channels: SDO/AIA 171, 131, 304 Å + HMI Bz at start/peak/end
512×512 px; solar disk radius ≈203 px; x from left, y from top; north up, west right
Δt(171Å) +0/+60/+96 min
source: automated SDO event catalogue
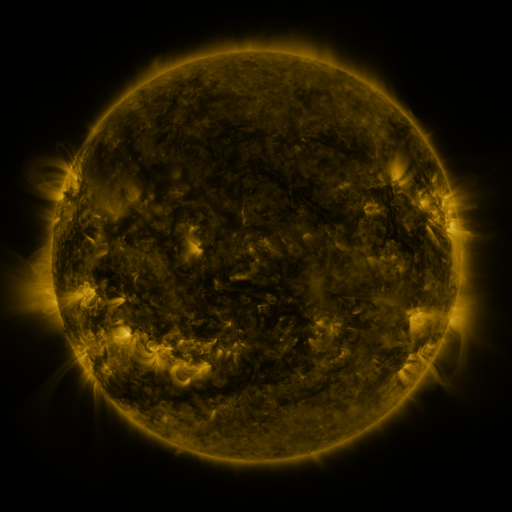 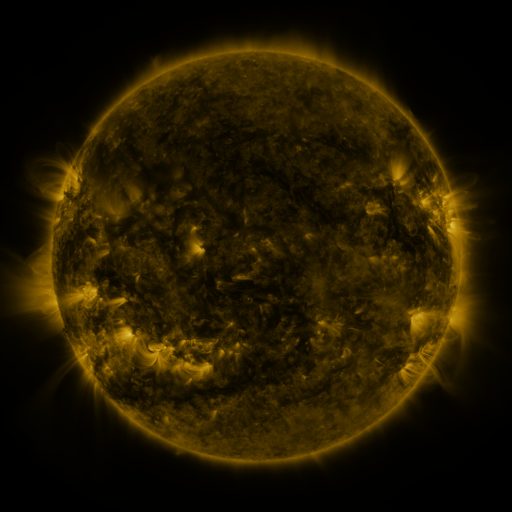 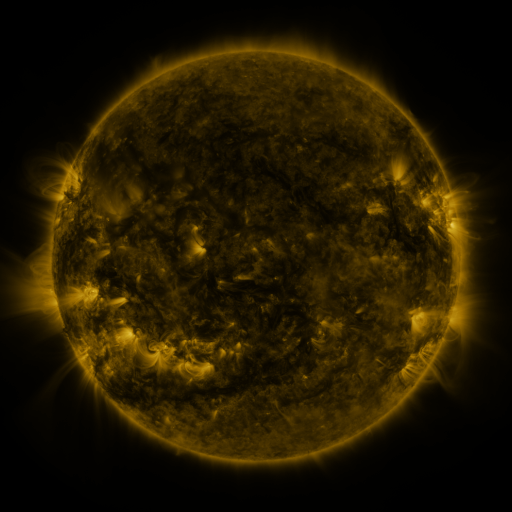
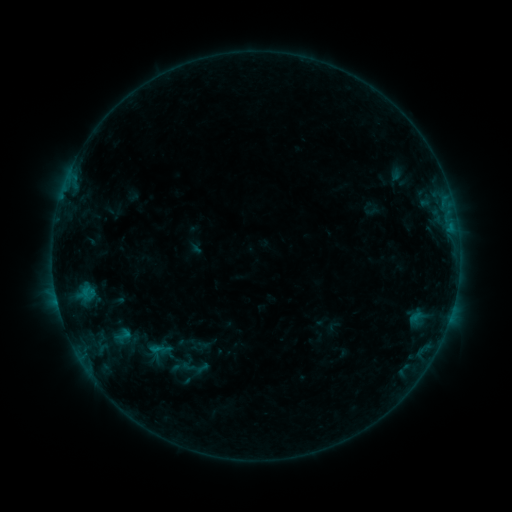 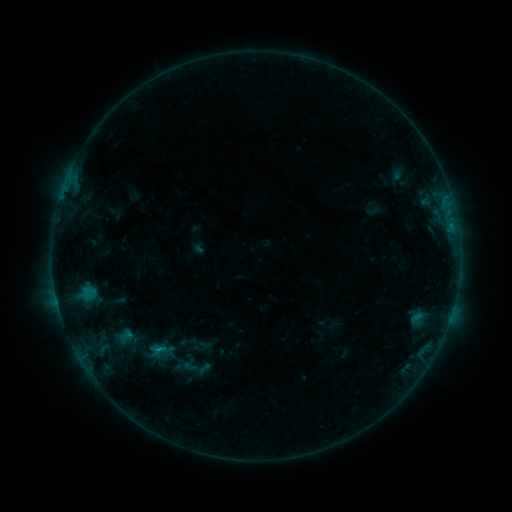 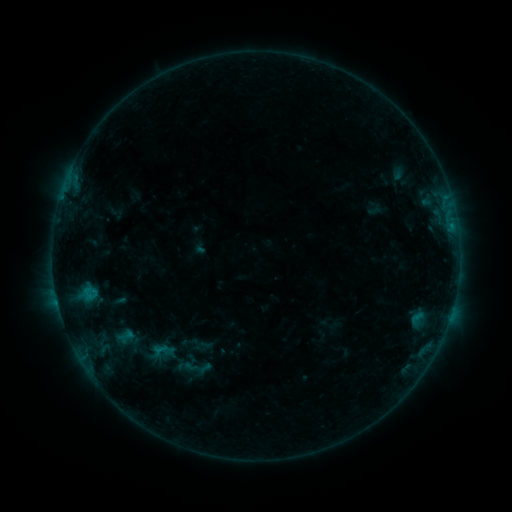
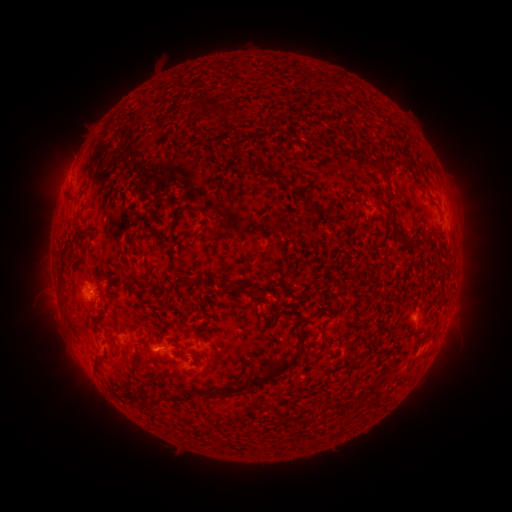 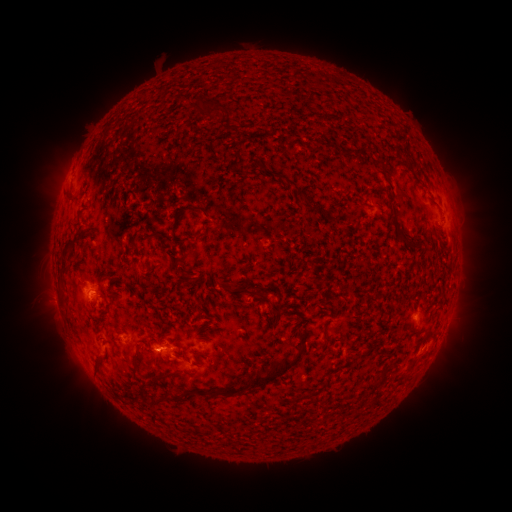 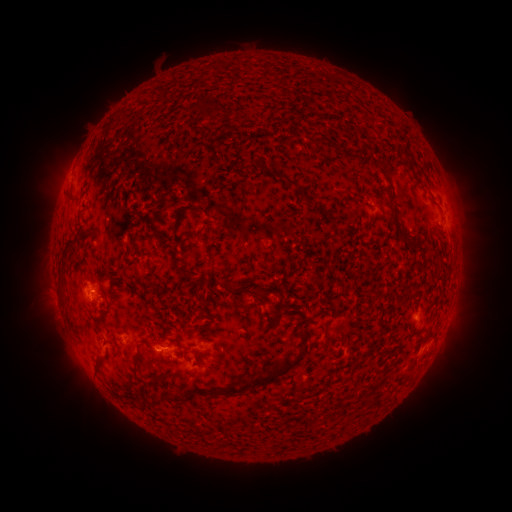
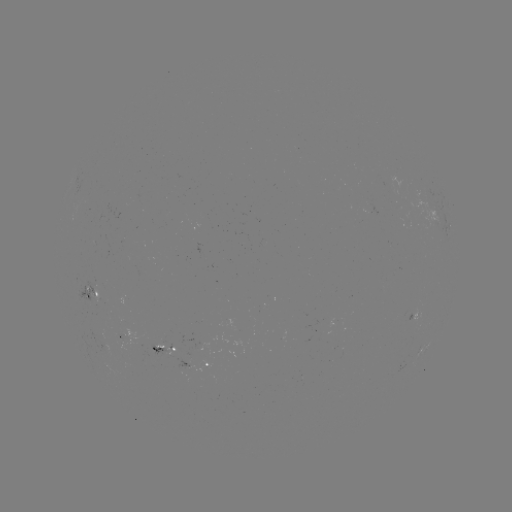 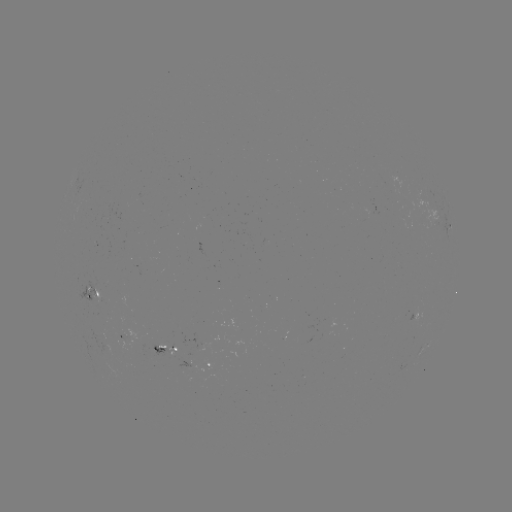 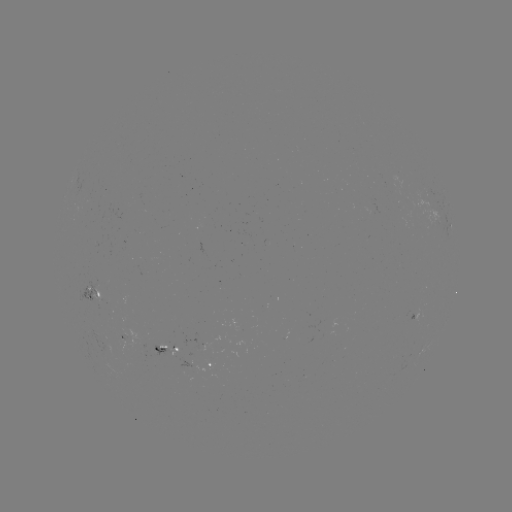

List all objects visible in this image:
emerging-flux region: (102, 289)
